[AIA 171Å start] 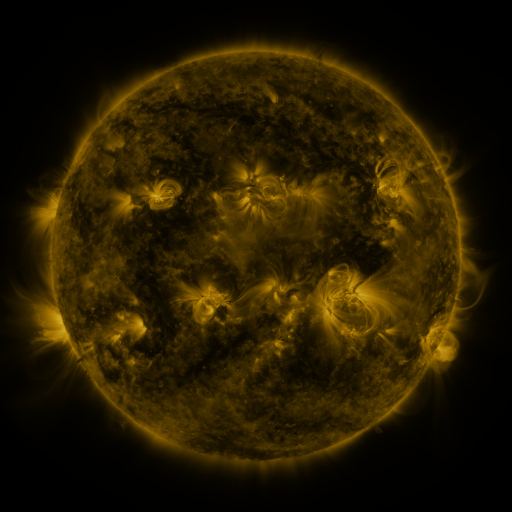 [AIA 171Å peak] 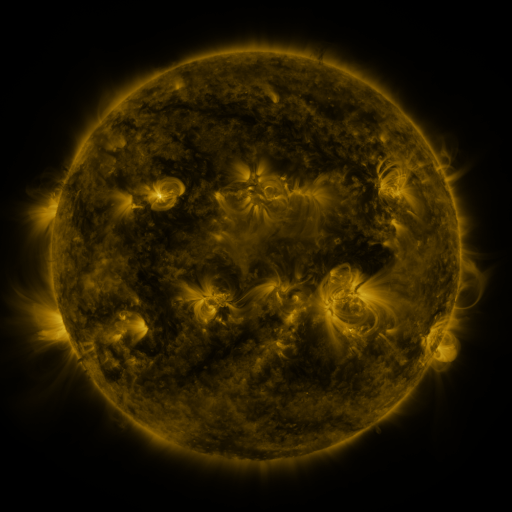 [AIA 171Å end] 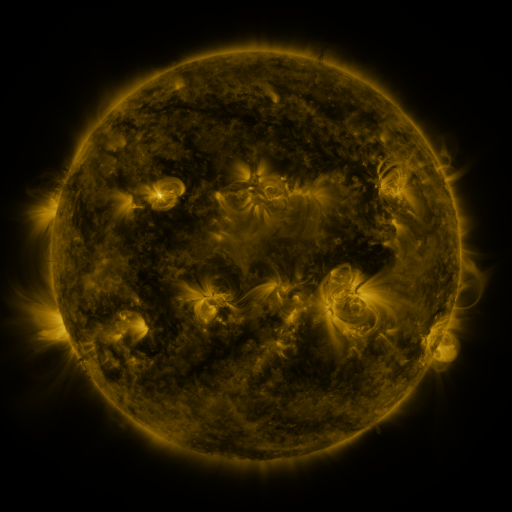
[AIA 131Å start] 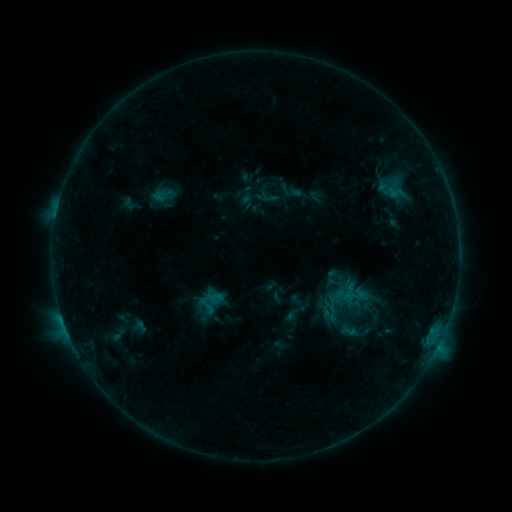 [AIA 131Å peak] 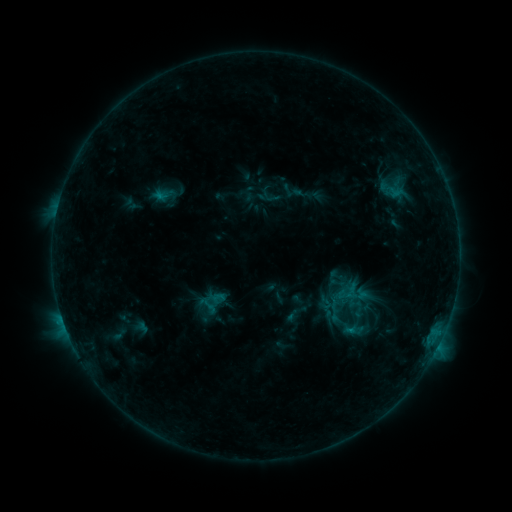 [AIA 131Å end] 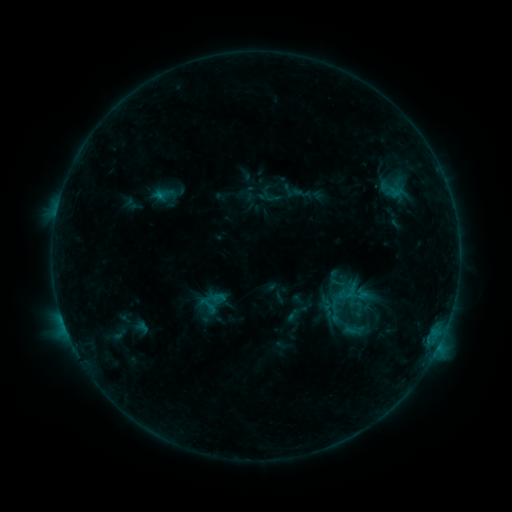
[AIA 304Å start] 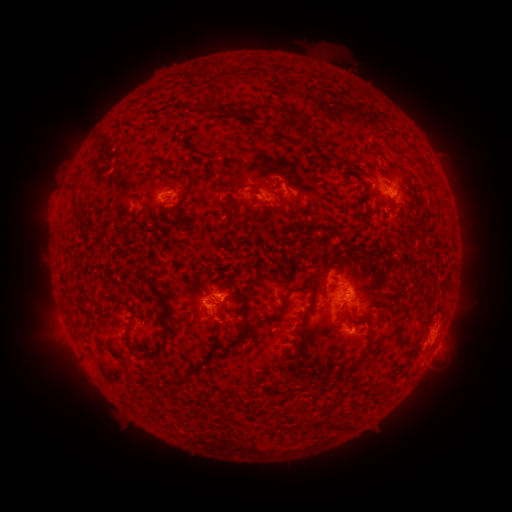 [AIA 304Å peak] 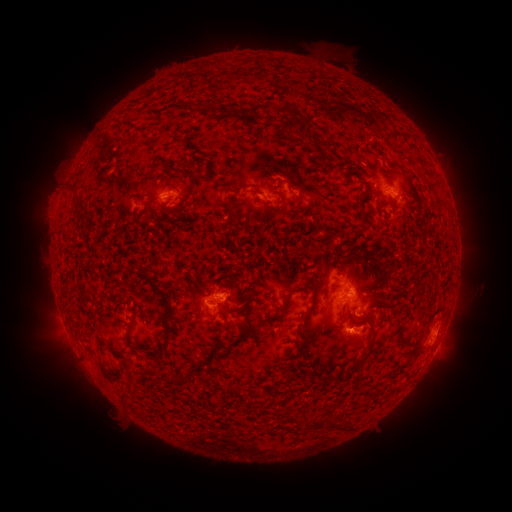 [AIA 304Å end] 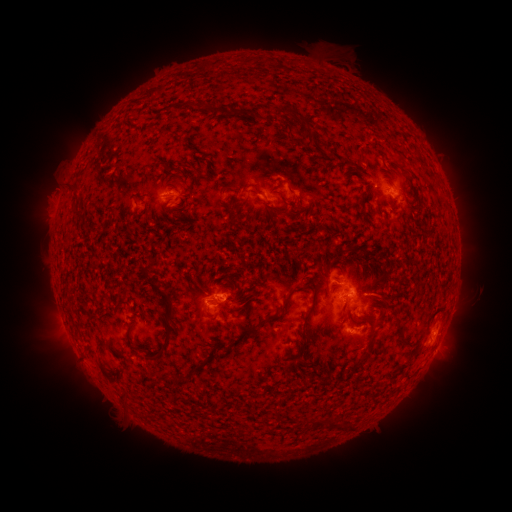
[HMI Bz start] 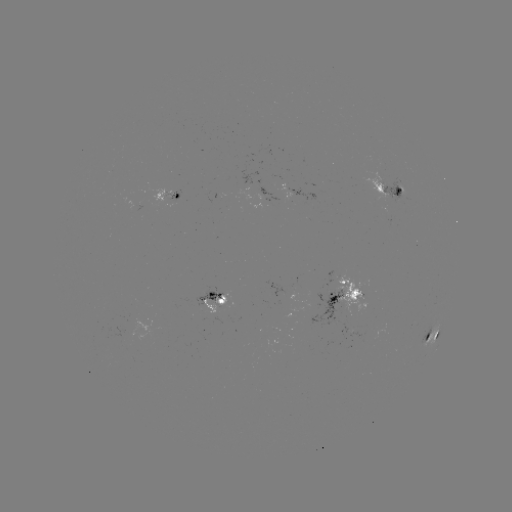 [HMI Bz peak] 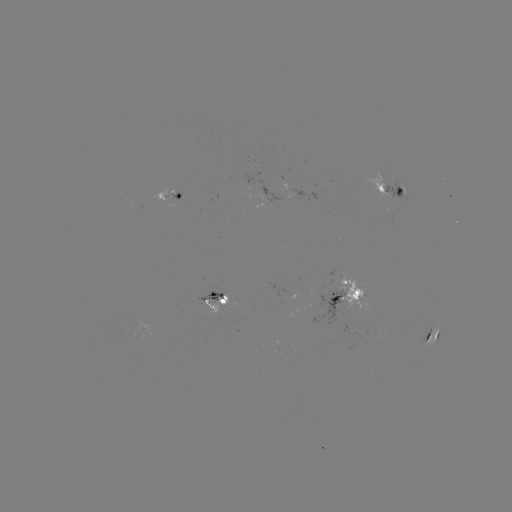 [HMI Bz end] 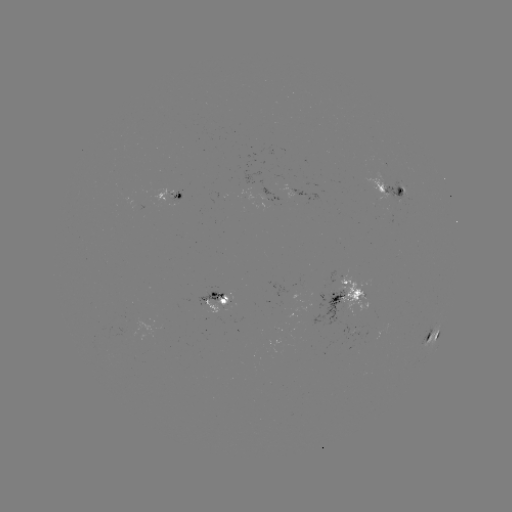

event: emerging-flux region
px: (404, 187)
